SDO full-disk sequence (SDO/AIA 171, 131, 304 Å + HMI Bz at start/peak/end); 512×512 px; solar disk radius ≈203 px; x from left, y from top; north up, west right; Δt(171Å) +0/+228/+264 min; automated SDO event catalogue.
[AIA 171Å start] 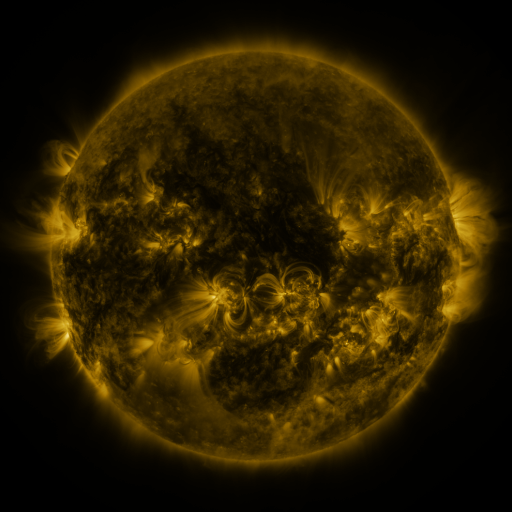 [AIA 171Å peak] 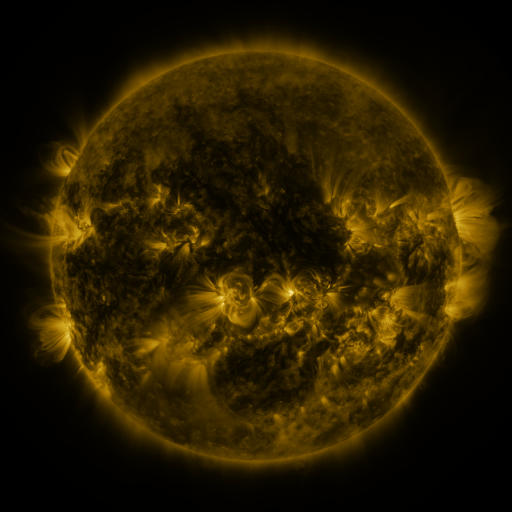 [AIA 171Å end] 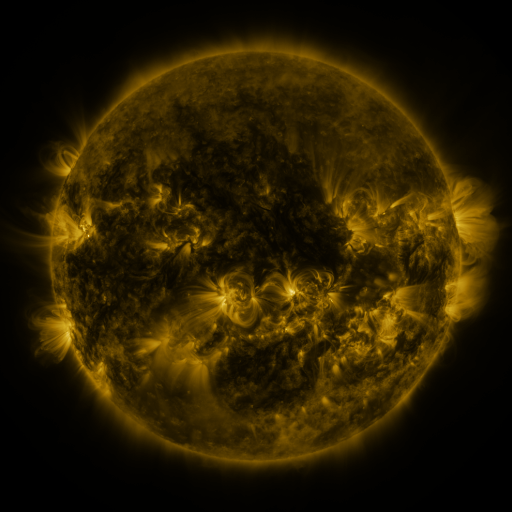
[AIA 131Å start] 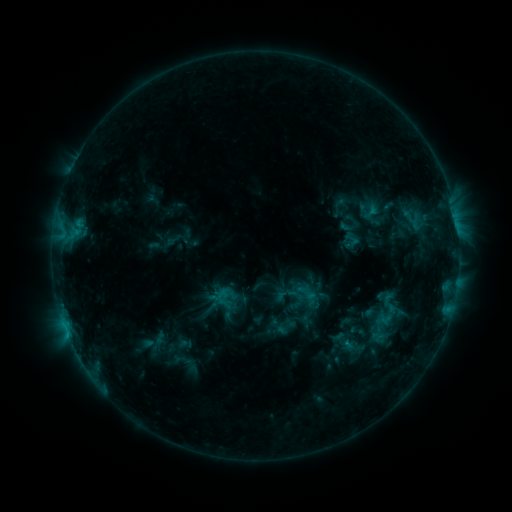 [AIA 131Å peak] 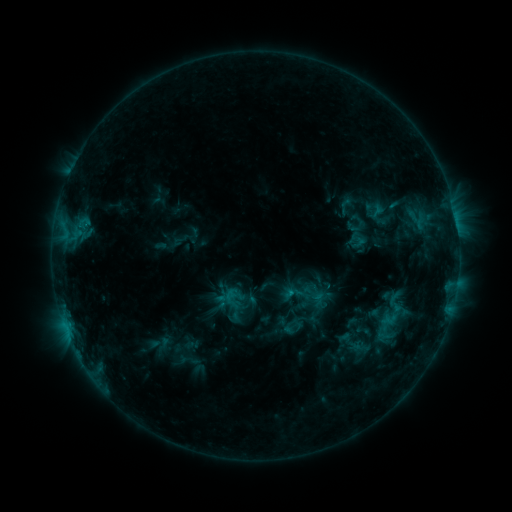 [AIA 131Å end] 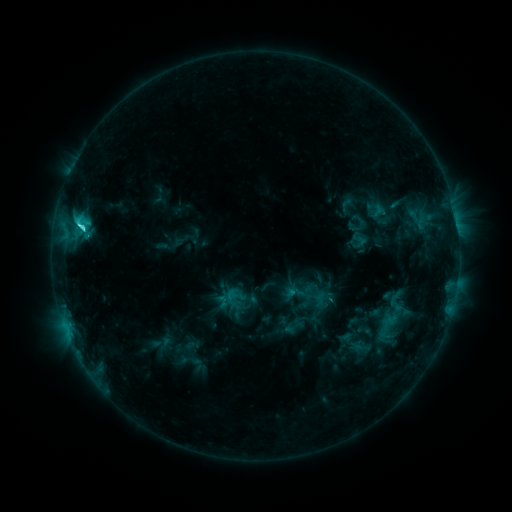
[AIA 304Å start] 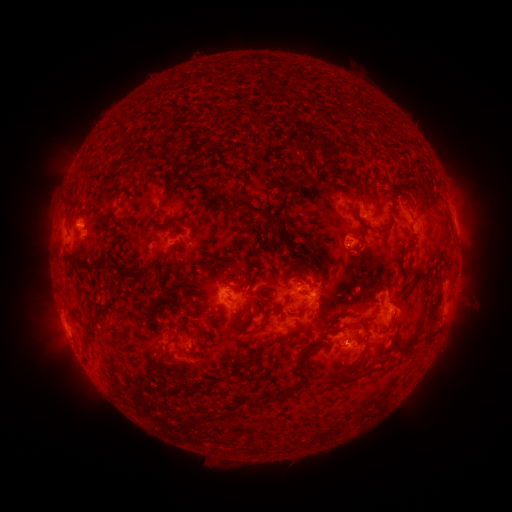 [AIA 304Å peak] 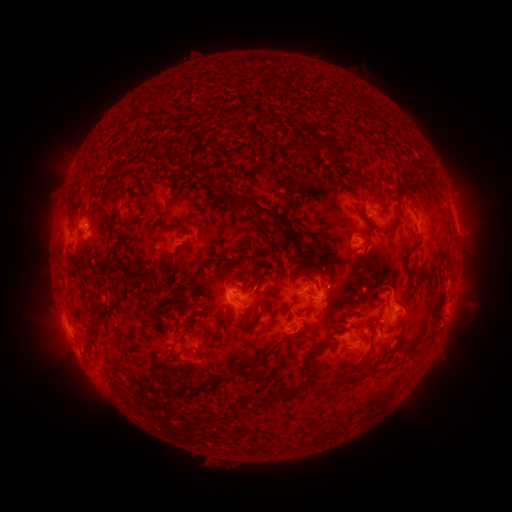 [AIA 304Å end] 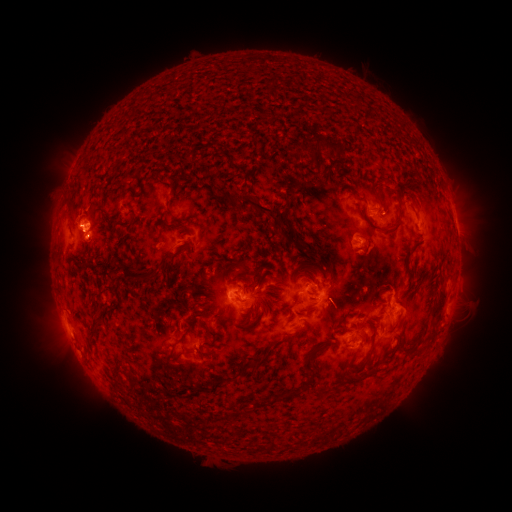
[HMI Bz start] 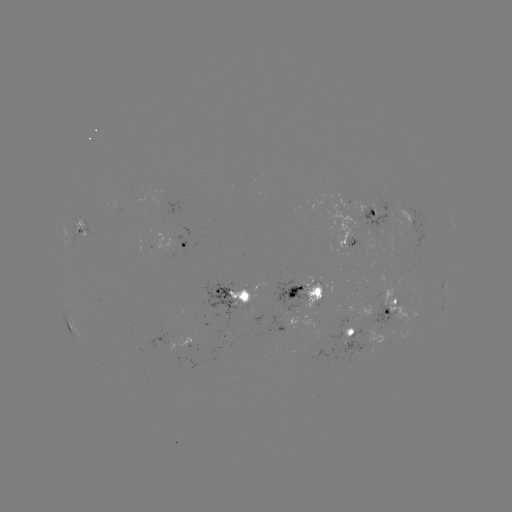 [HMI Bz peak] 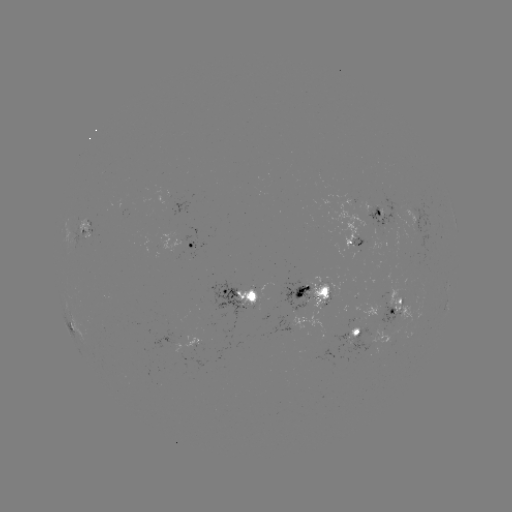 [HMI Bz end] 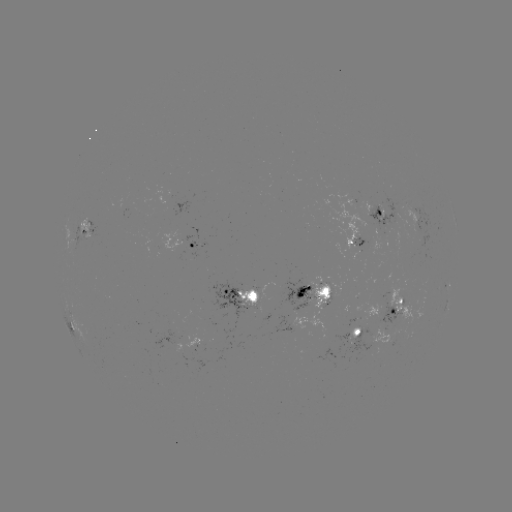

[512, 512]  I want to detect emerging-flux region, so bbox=[361, 189, 404, 228].